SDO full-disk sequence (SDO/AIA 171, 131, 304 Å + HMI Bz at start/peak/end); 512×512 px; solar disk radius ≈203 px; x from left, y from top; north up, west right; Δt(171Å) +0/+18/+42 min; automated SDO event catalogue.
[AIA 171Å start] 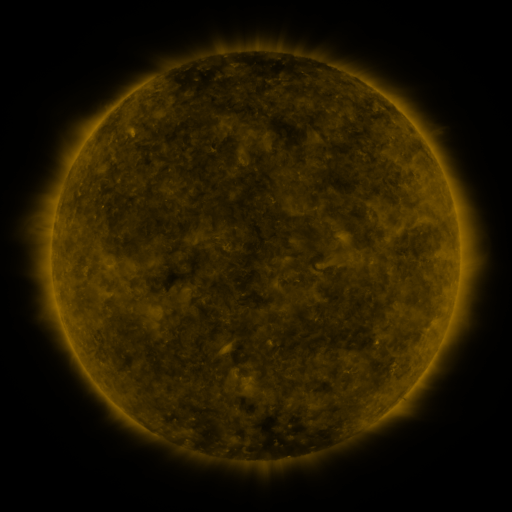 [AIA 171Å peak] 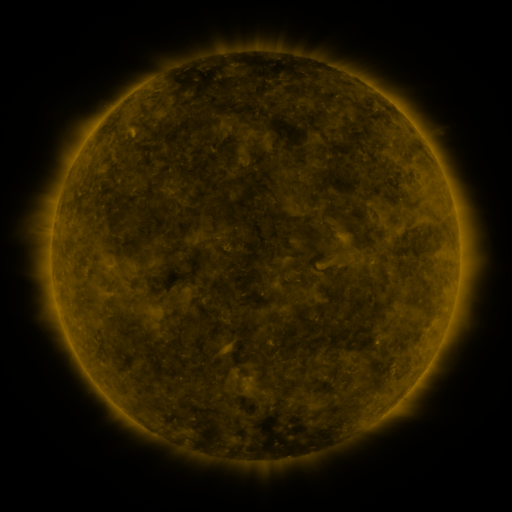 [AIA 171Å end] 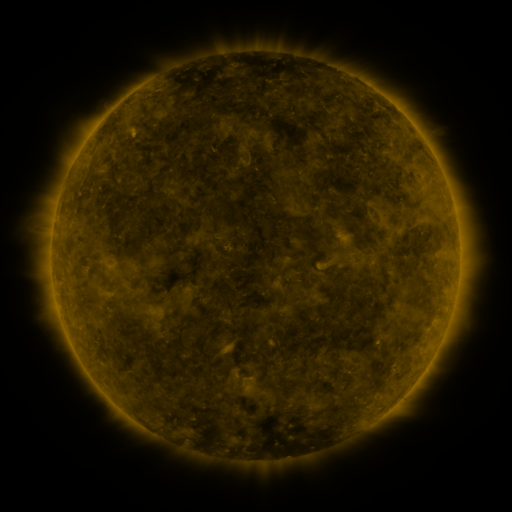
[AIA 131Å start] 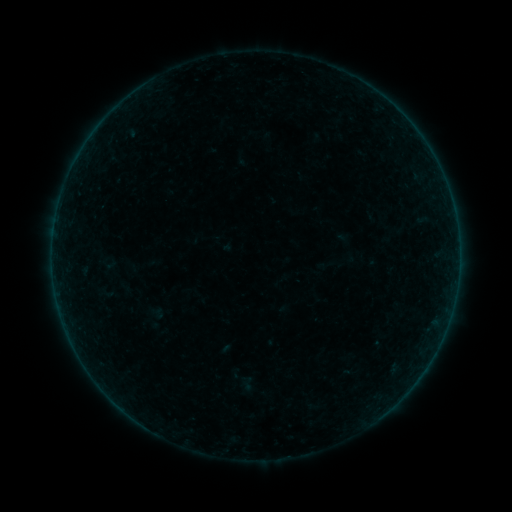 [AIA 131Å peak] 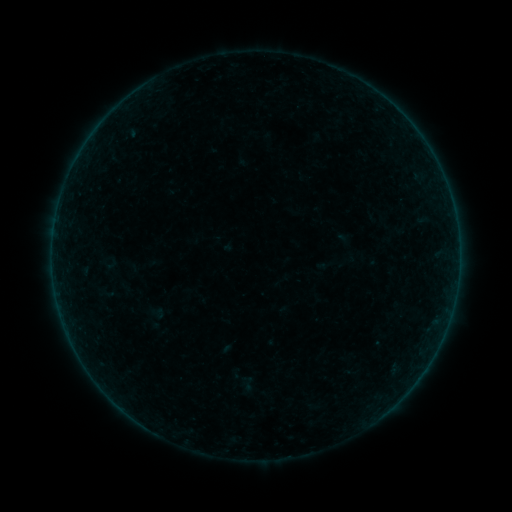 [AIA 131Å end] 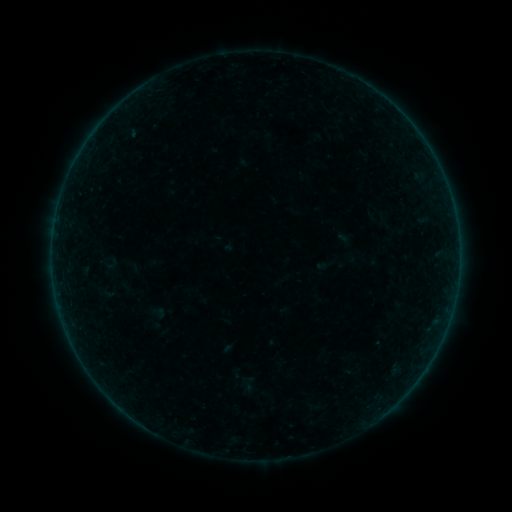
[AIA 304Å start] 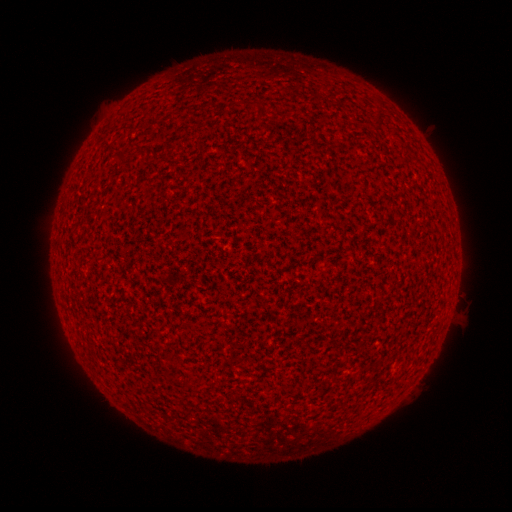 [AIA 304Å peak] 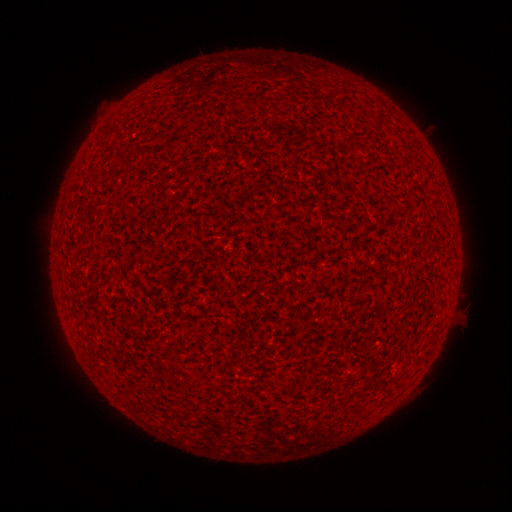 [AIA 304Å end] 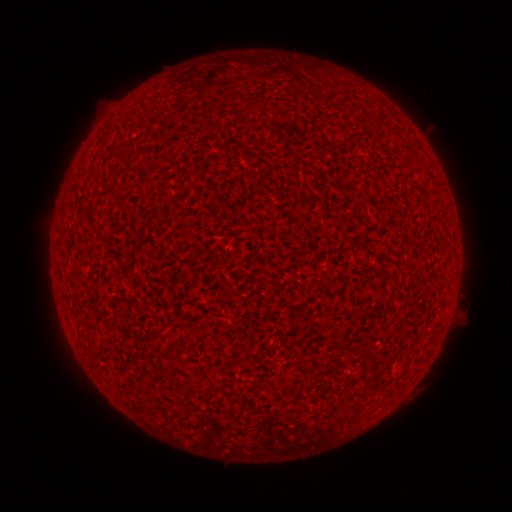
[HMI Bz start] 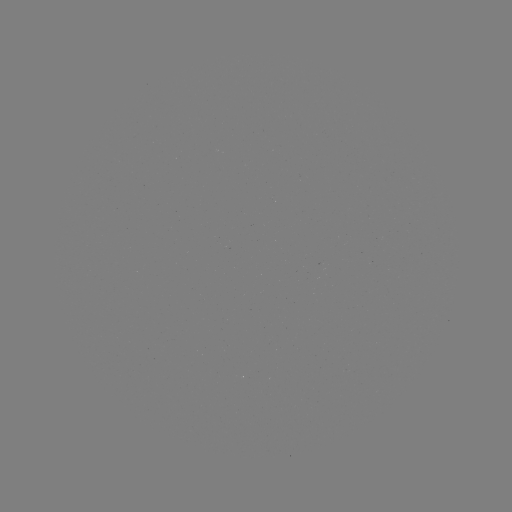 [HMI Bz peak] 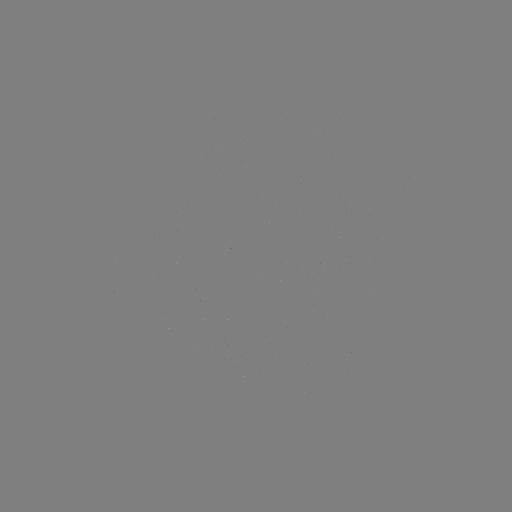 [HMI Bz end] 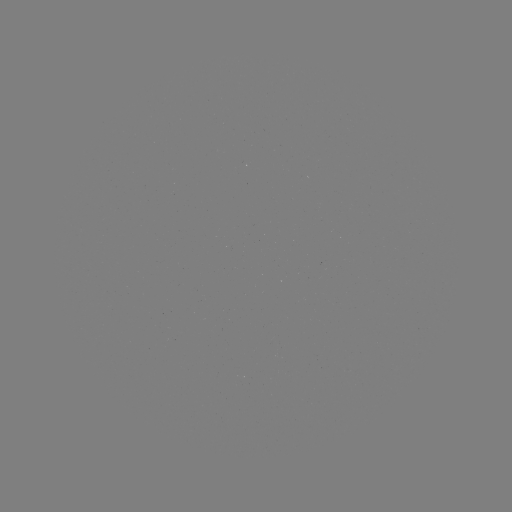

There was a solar flare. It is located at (436, 315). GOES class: A8.7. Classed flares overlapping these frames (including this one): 1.